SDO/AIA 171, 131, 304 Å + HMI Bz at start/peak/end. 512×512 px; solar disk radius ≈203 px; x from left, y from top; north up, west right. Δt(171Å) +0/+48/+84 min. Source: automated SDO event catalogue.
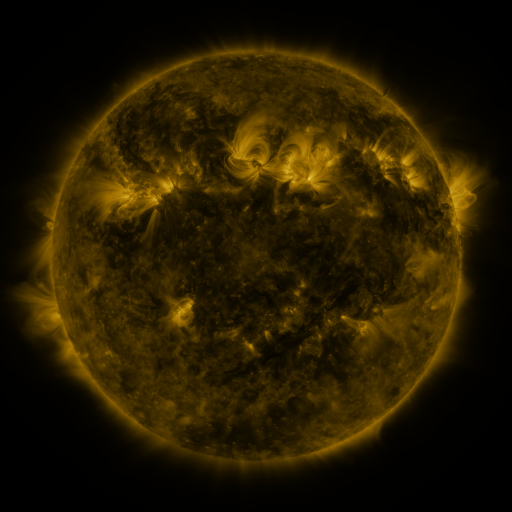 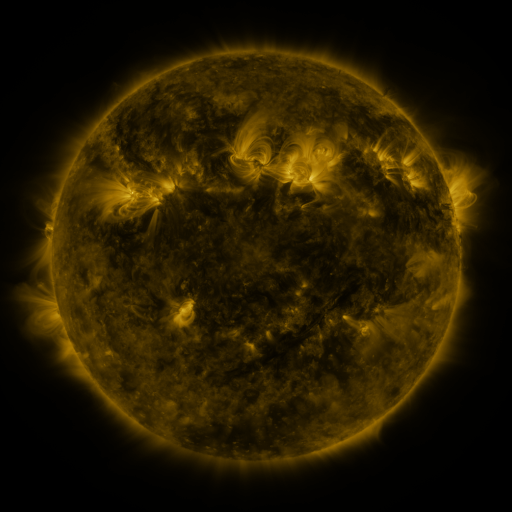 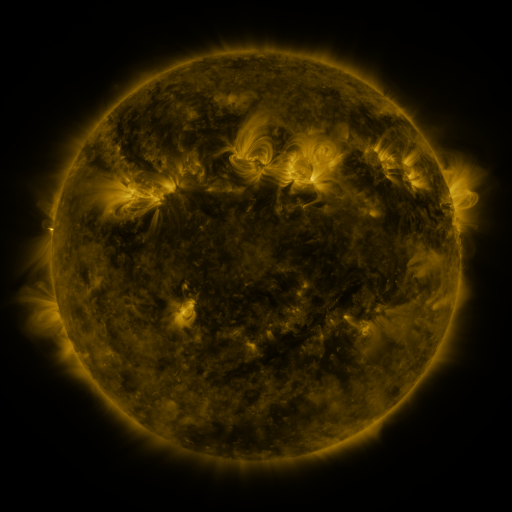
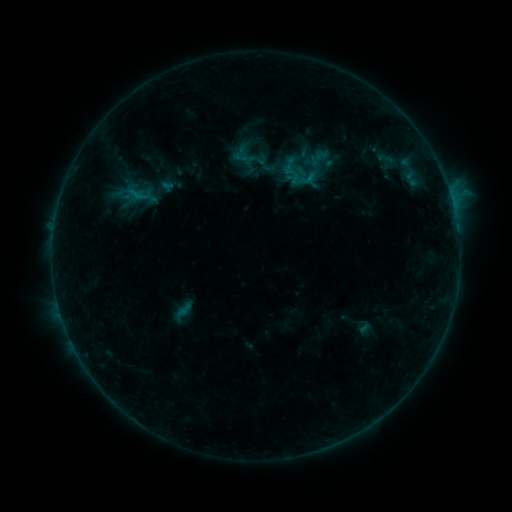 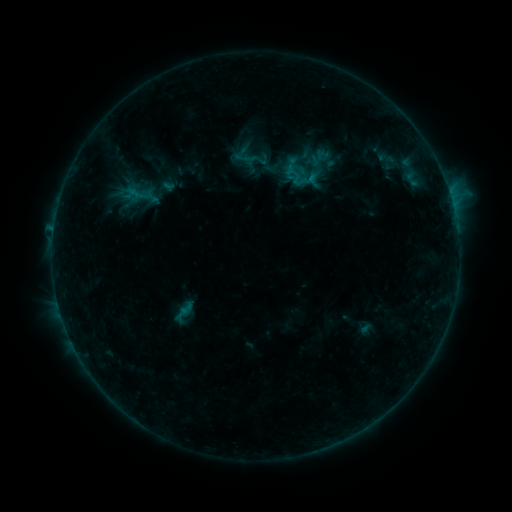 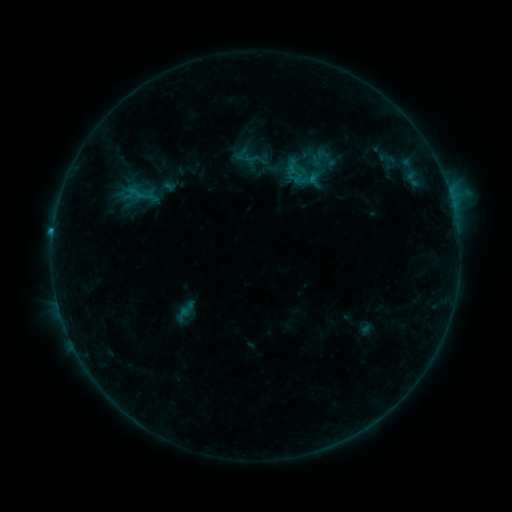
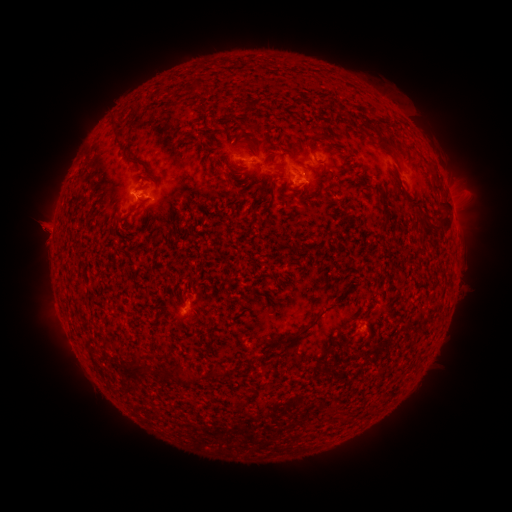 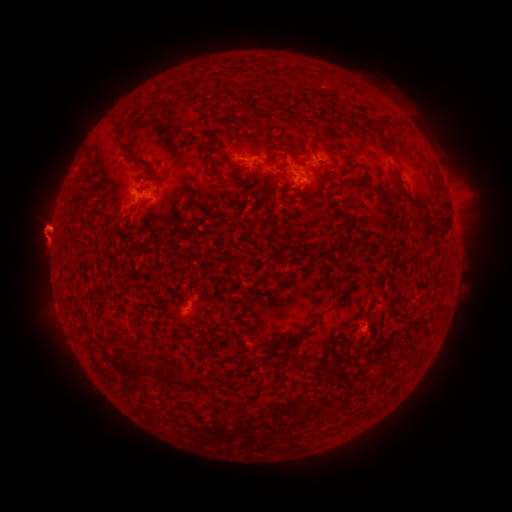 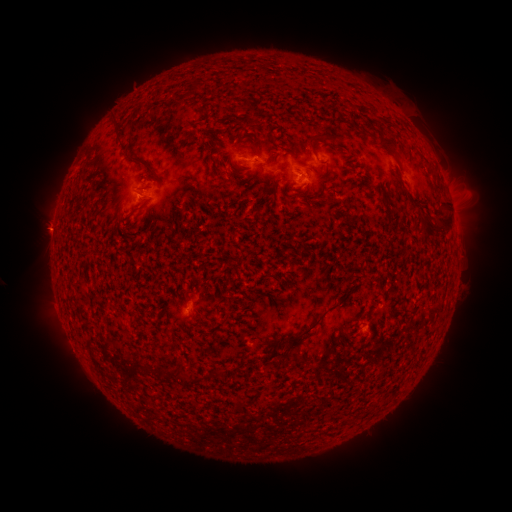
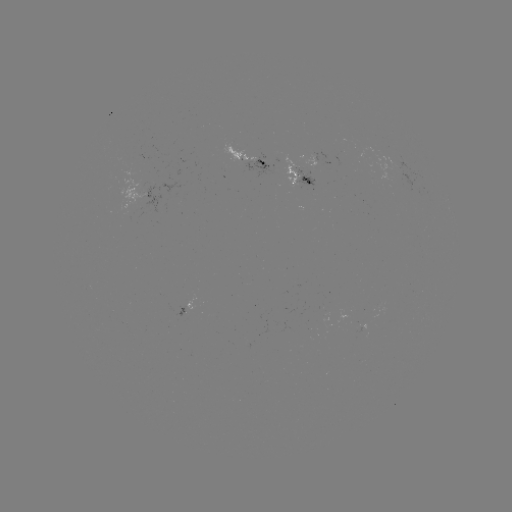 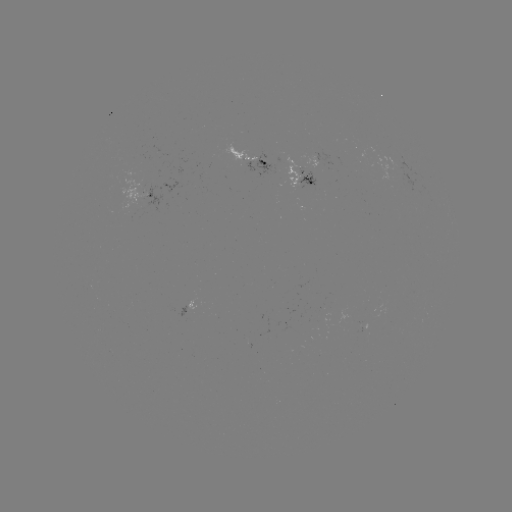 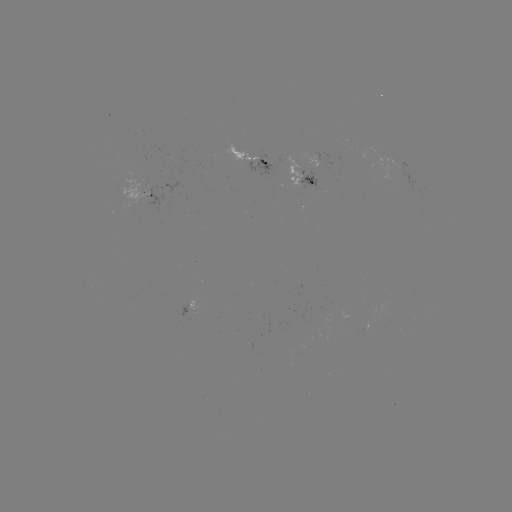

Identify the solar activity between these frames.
emerging-flux region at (297, 180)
